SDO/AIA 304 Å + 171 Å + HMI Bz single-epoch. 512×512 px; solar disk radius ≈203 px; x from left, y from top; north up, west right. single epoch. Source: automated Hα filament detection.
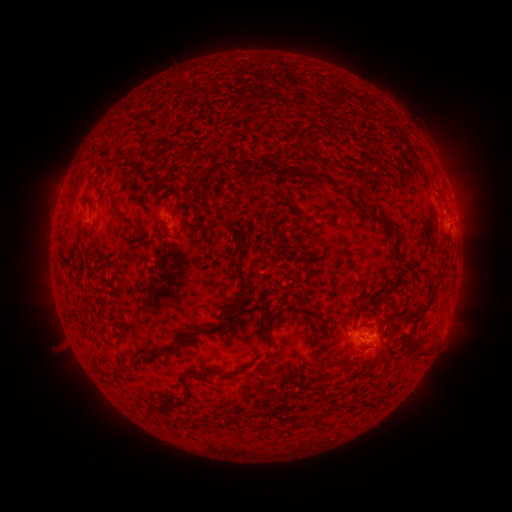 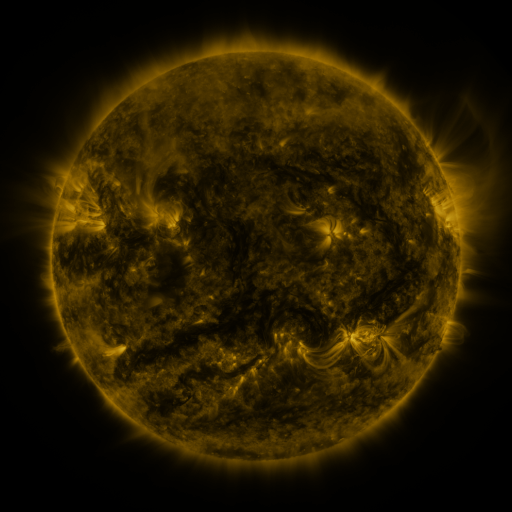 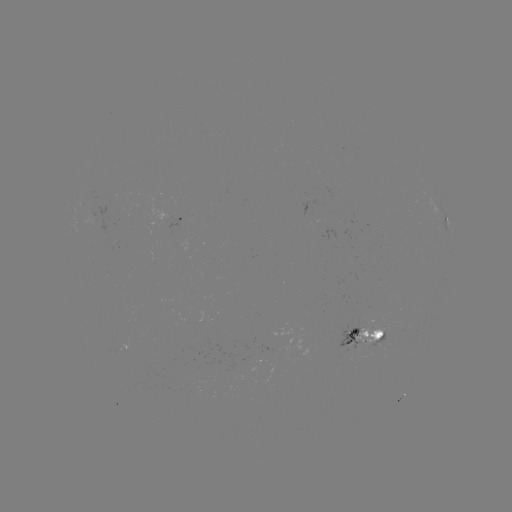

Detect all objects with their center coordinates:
filament: (325, 161)
filament: (242, 165)
filament: (350, 165)
filament: (264, 173)
filament: (309, 178)
filament: (116, 211)
filament: (384, 220)
filament: (123, 271)
filament: (244, 291)
filament: (433, 291)
filament: (298, 297)
filament: (280, 299)
filament: (317, 314)
filament: (269, 320)
filament: (185, 338)
filament: (335, 359)
filament: (263, 363)
filament: (229, 375)
filament: (190, 398)
